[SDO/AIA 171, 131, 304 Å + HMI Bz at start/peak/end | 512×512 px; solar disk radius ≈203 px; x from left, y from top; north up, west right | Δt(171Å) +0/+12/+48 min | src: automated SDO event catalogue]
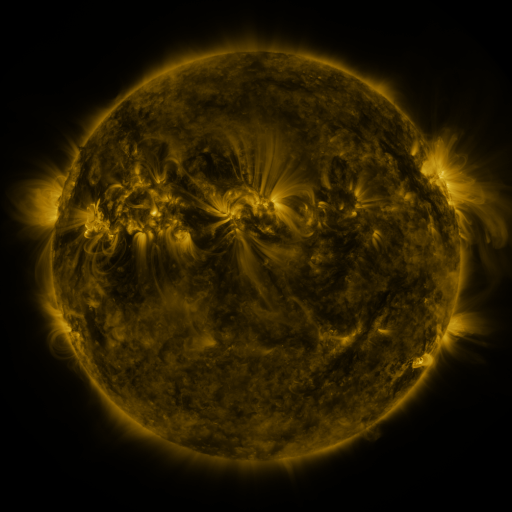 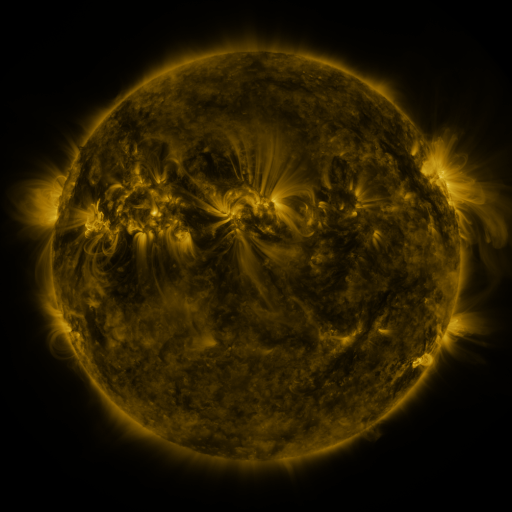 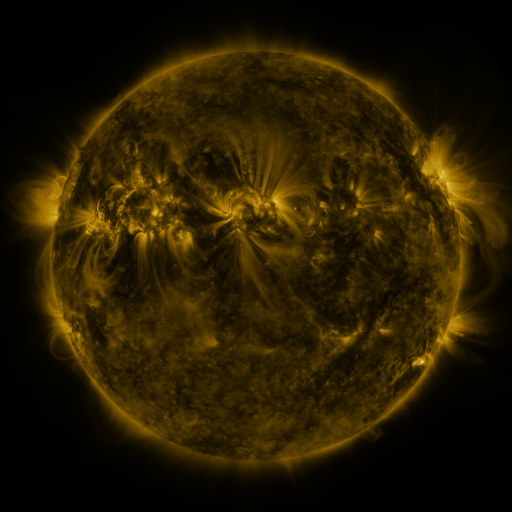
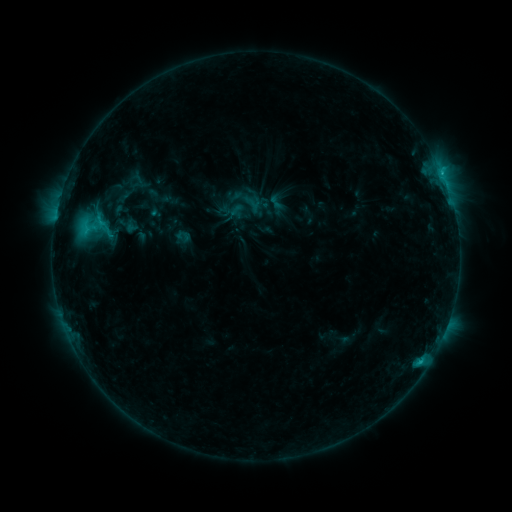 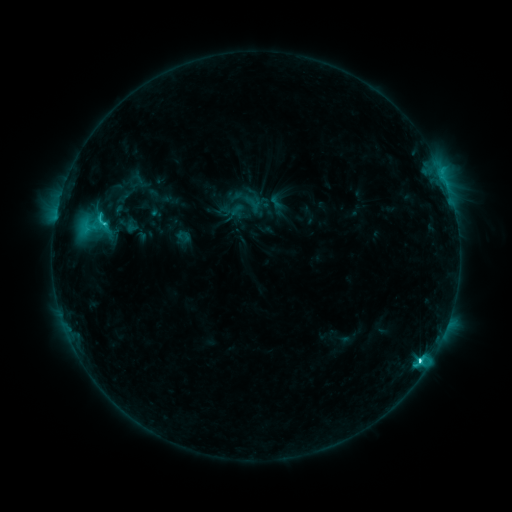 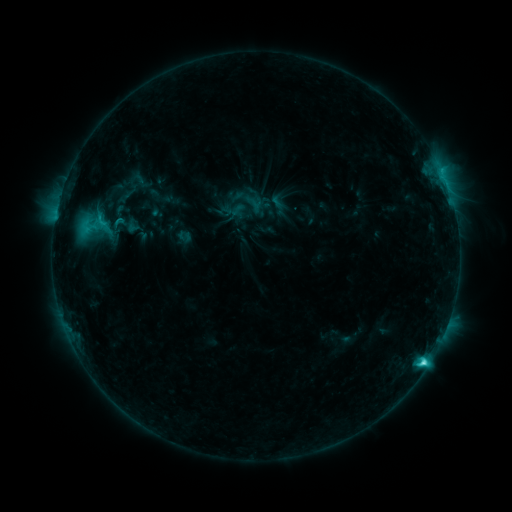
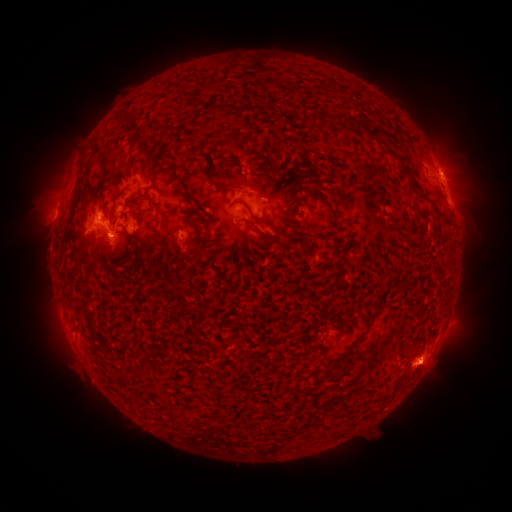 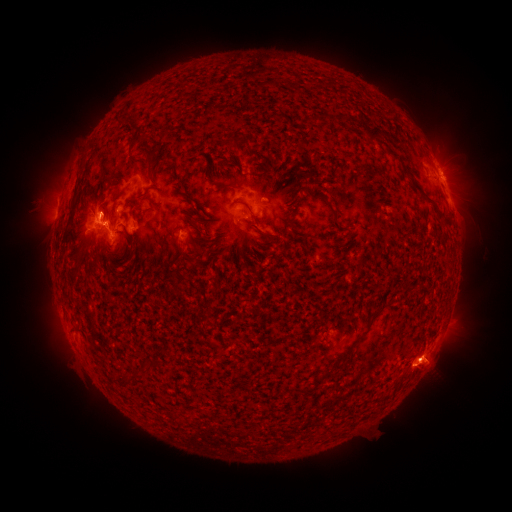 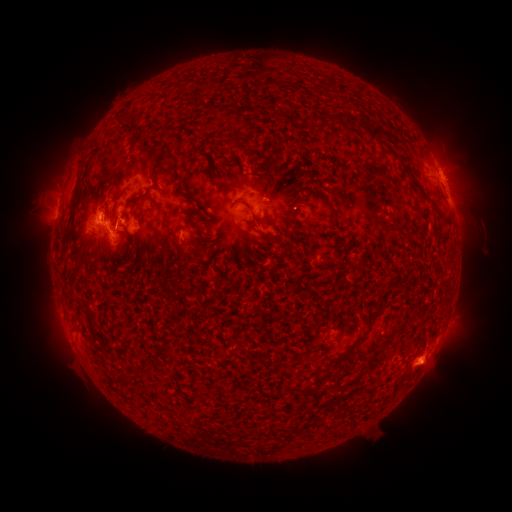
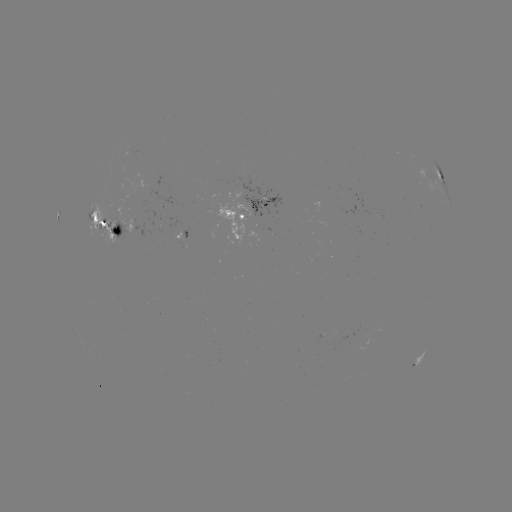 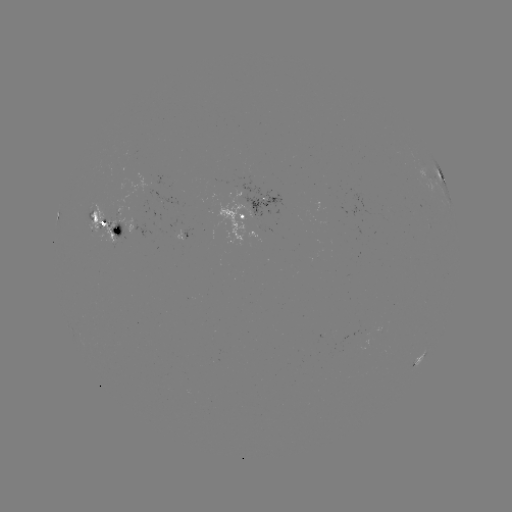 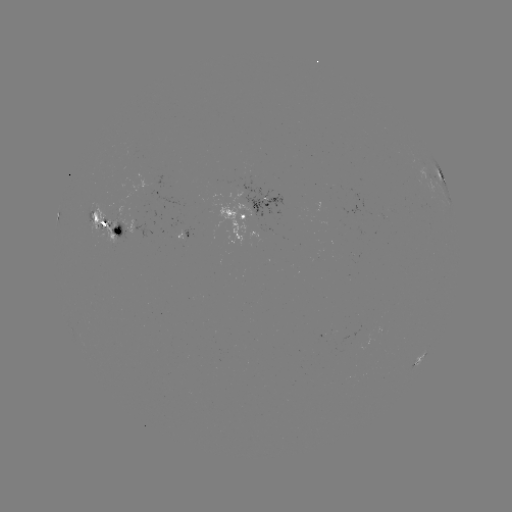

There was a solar flare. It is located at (420, 359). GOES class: M1.0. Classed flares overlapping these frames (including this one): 1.